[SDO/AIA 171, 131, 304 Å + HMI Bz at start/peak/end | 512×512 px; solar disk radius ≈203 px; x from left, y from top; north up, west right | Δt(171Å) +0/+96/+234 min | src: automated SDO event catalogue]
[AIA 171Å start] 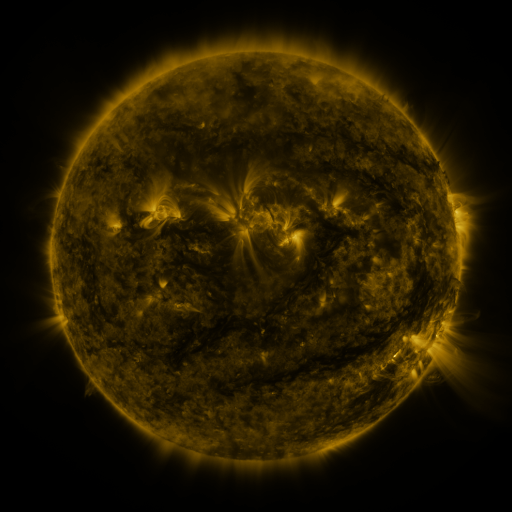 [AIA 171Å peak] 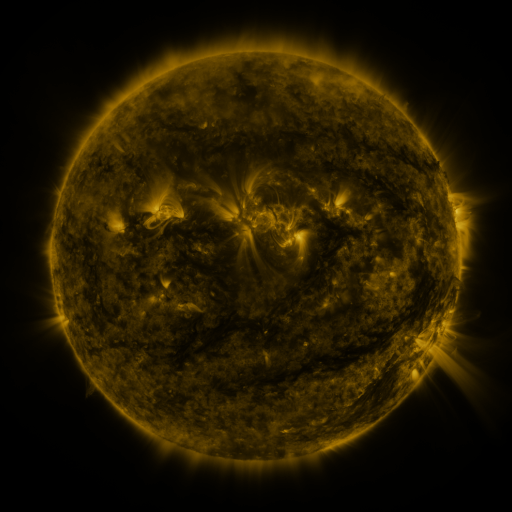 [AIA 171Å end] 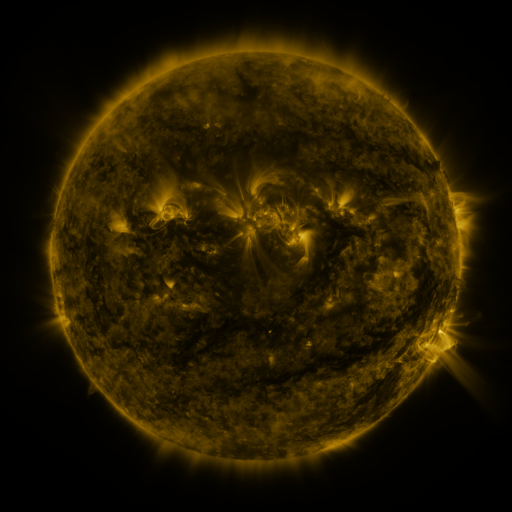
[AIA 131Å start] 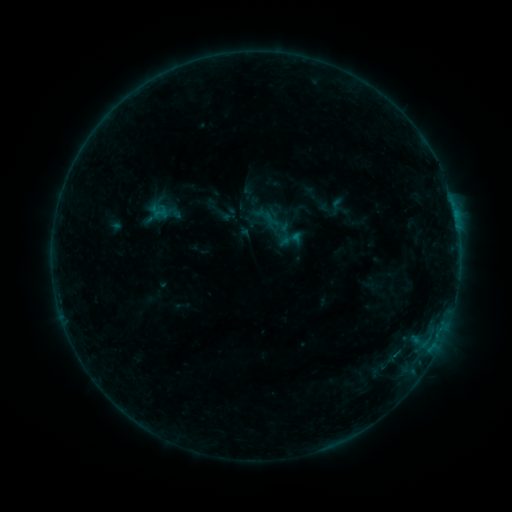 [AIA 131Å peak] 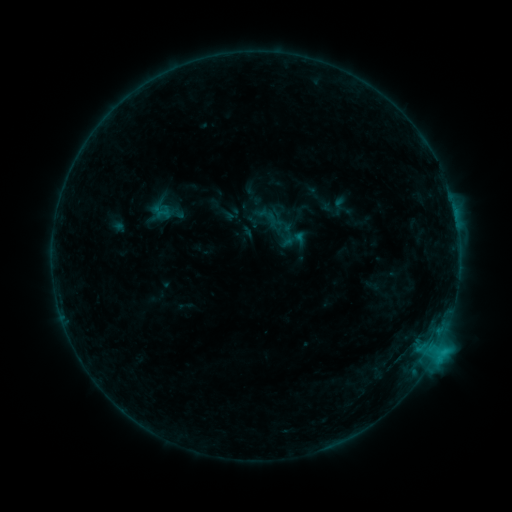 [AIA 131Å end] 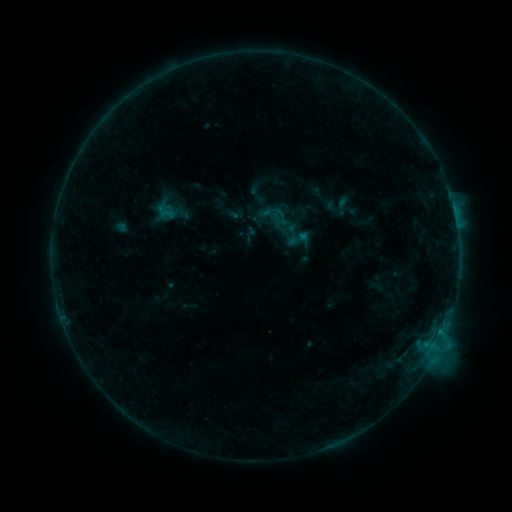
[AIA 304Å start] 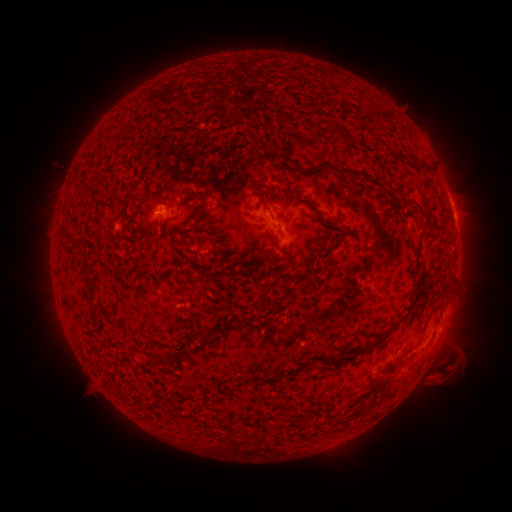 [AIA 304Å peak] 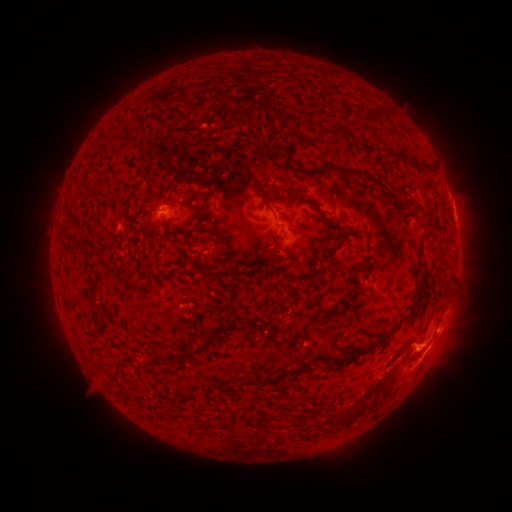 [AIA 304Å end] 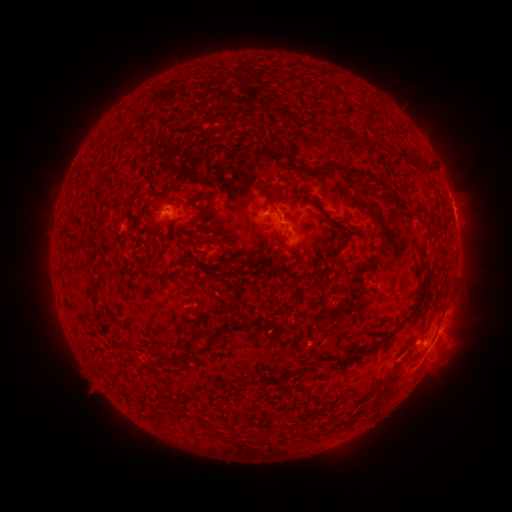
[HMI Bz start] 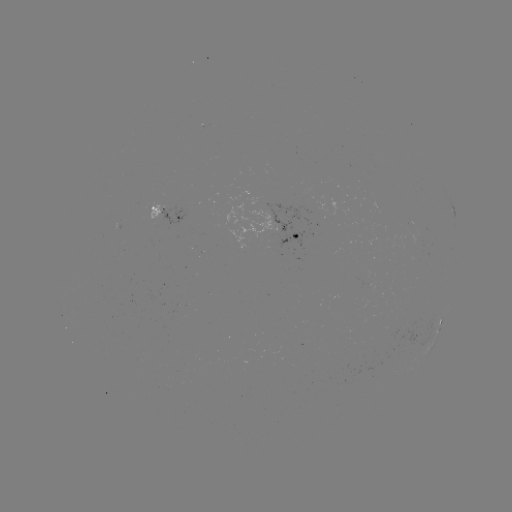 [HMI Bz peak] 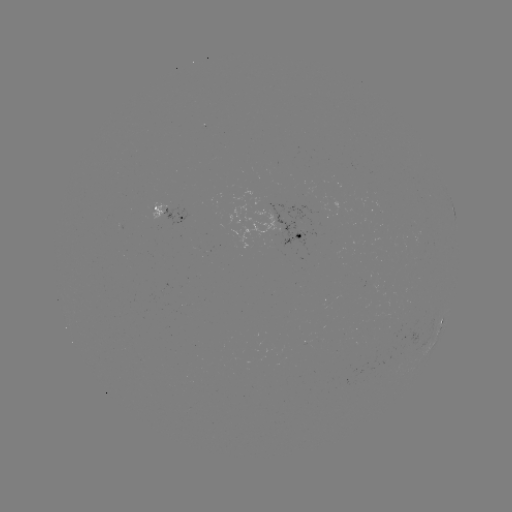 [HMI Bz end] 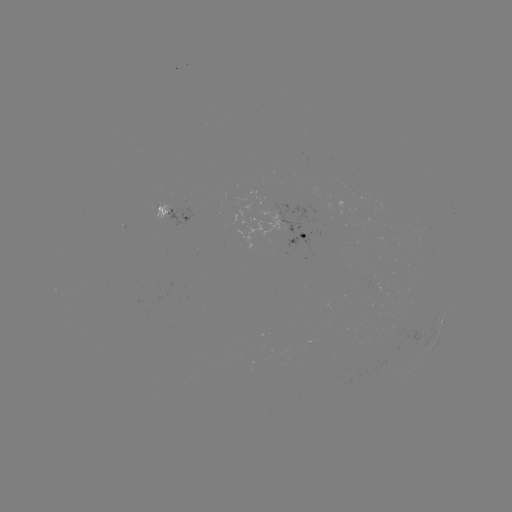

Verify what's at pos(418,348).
C2.2 flare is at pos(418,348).